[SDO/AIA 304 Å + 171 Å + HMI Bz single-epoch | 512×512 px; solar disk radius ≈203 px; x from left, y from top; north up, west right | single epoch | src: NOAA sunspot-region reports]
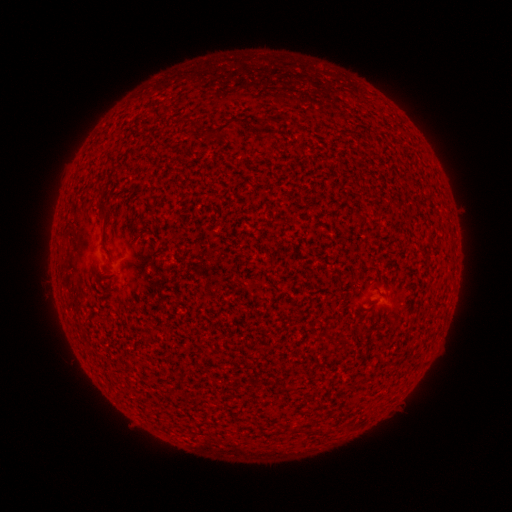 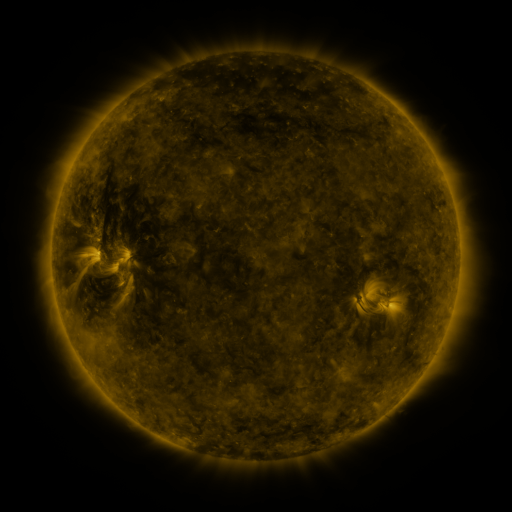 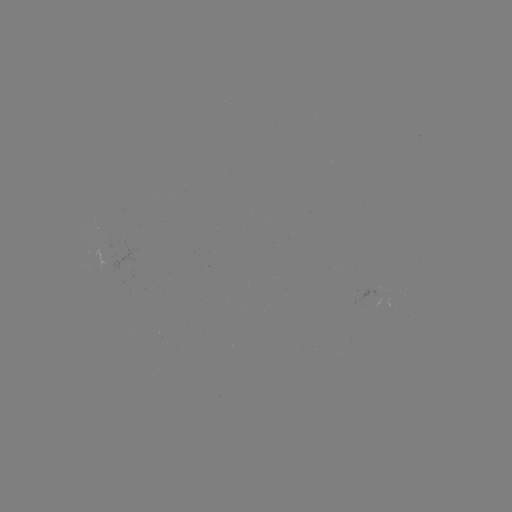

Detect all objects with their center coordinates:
(none)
